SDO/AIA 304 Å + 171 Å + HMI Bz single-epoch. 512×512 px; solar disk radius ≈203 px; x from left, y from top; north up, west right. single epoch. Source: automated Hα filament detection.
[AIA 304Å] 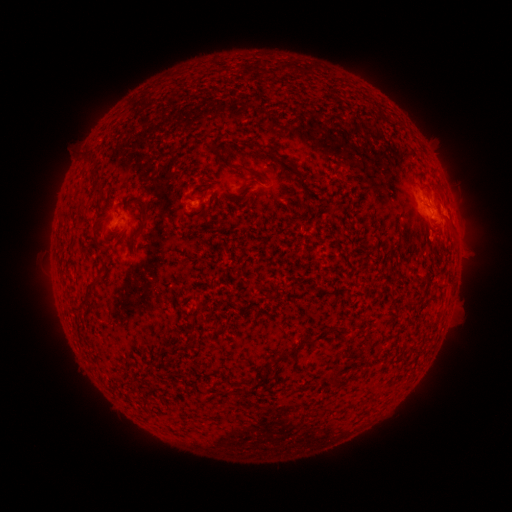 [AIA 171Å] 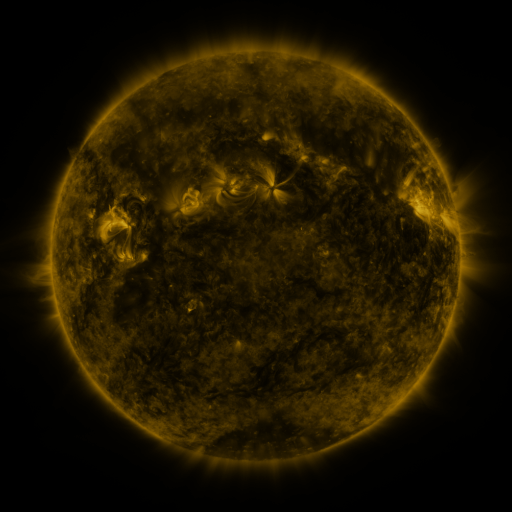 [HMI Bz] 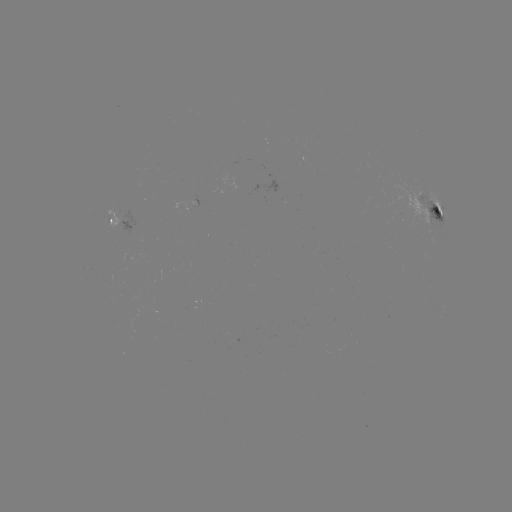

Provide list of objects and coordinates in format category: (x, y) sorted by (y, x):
filament: (215, 147)
filament: (250, 170)
filament: (94, 174)
filament: (301, 177)
filament: (143, 222)
filament: (95, 281)
filament: (328, 292)
filament: (87, 297)
filament: (305, 342)
filament: (275, 361)
filament: (334, 380)
filament: (131, 383)
